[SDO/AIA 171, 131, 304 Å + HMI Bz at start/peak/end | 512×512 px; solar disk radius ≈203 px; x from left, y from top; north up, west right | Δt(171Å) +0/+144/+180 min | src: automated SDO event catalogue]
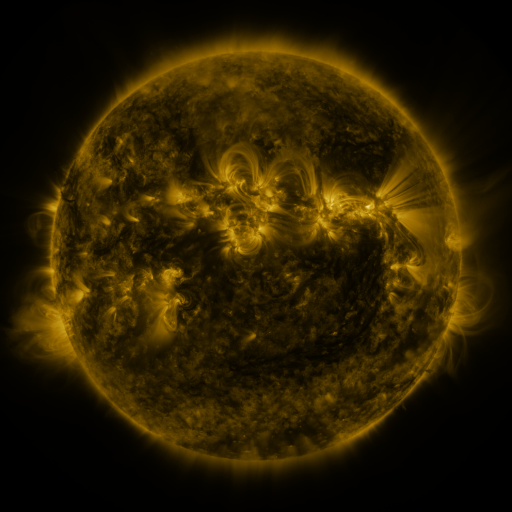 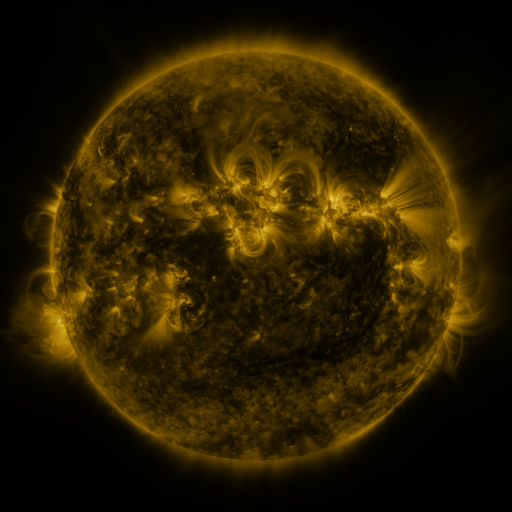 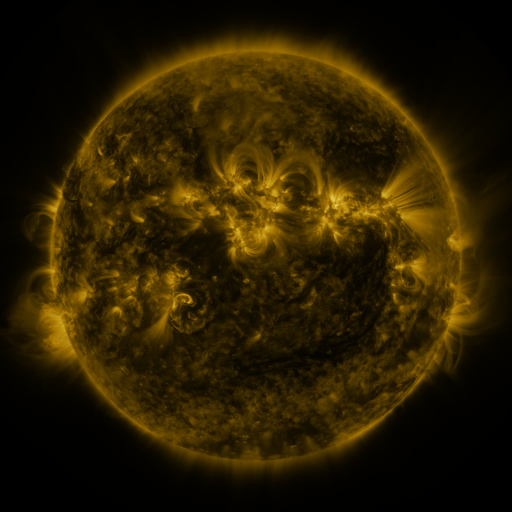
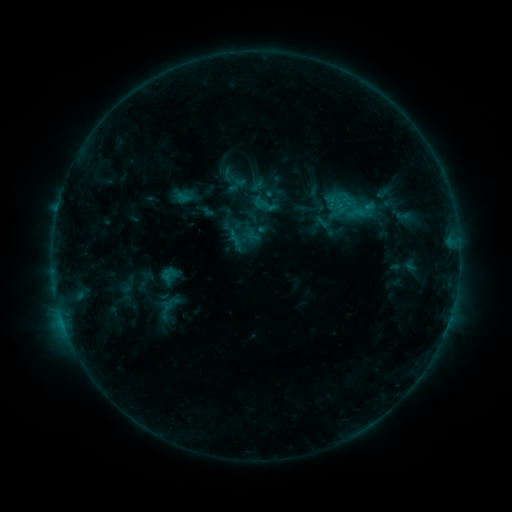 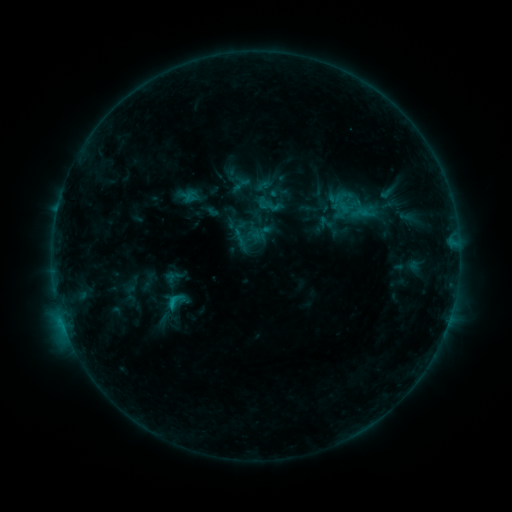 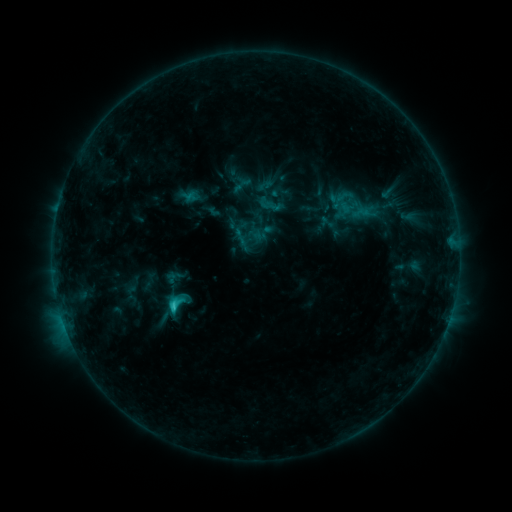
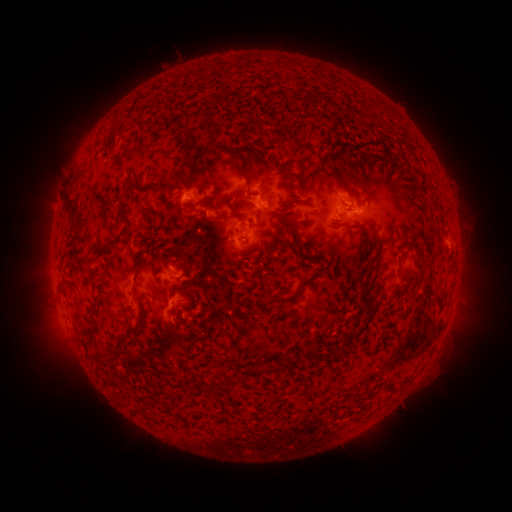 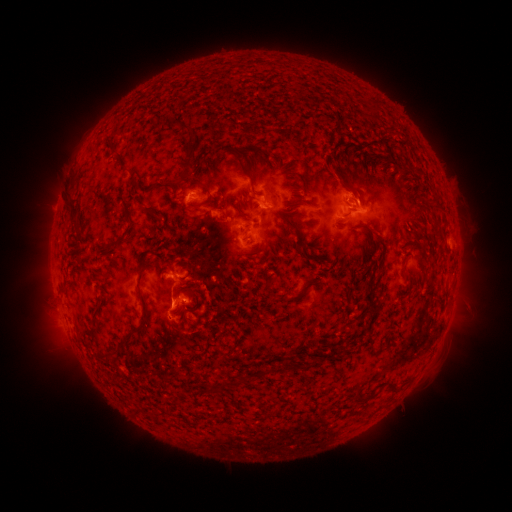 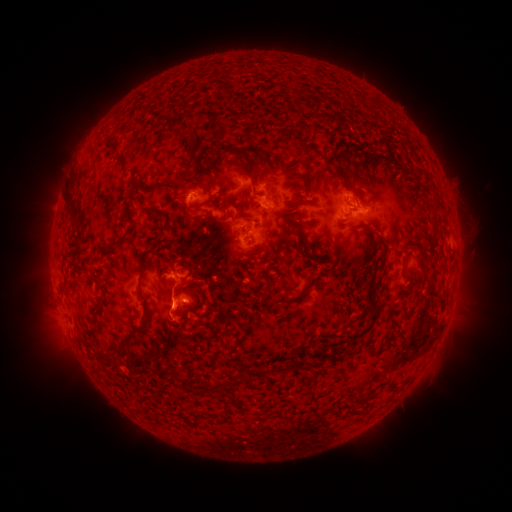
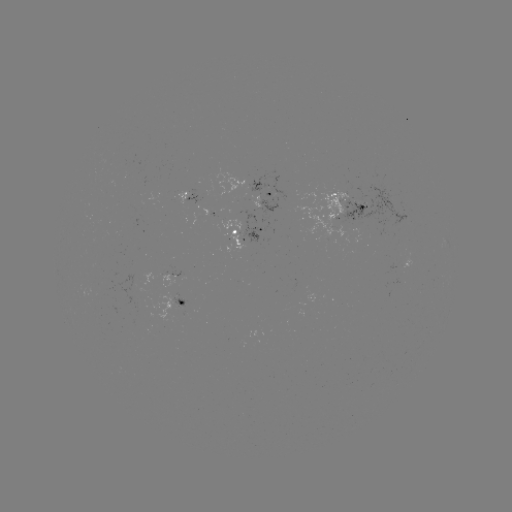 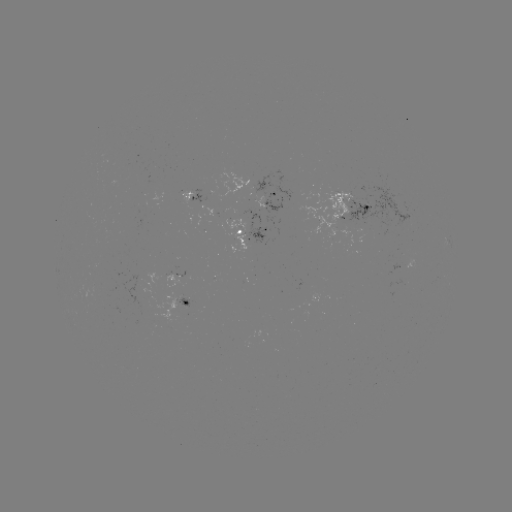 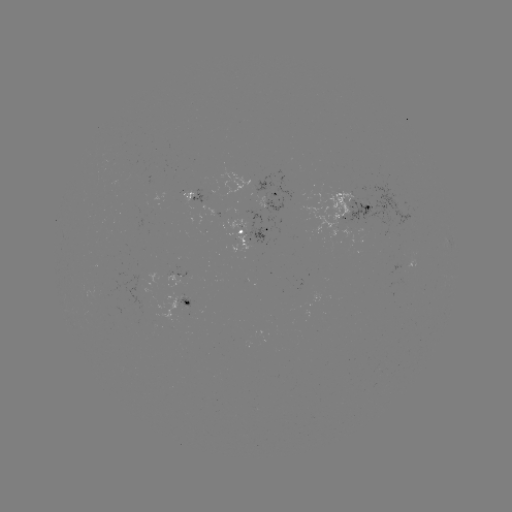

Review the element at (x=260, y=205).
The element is emerging-flux region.